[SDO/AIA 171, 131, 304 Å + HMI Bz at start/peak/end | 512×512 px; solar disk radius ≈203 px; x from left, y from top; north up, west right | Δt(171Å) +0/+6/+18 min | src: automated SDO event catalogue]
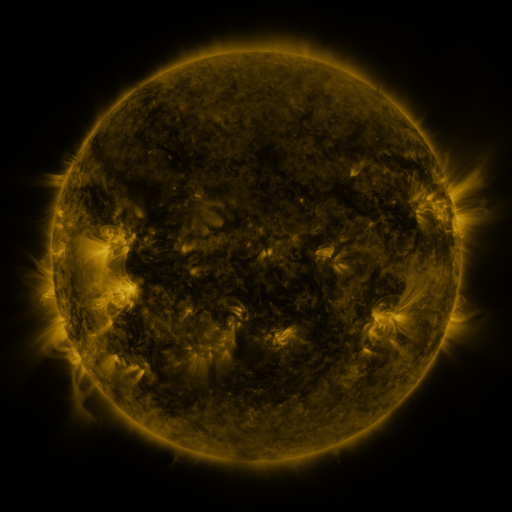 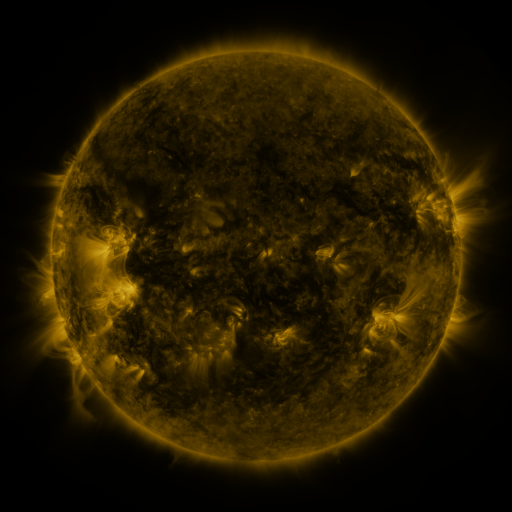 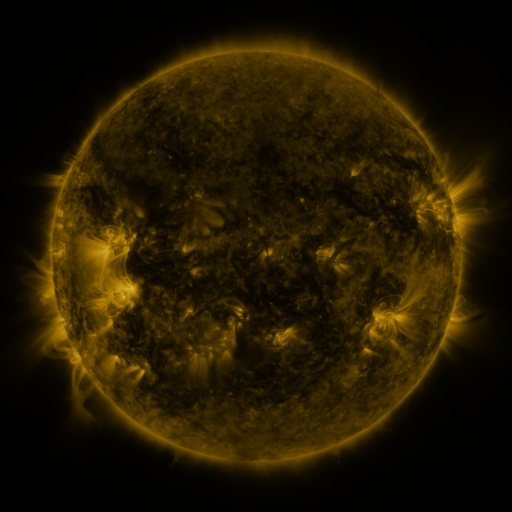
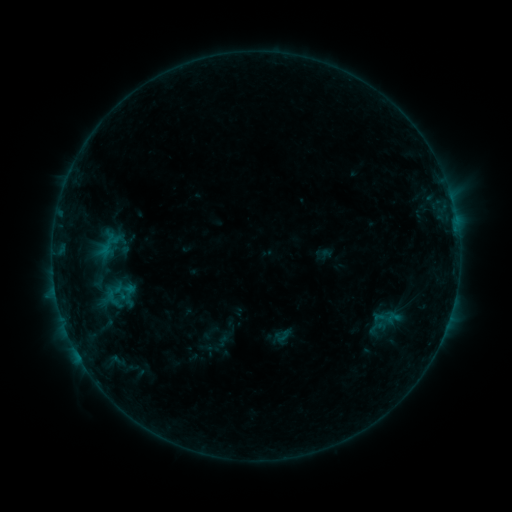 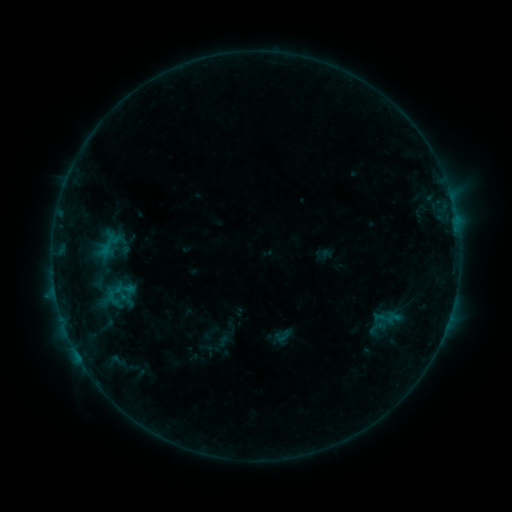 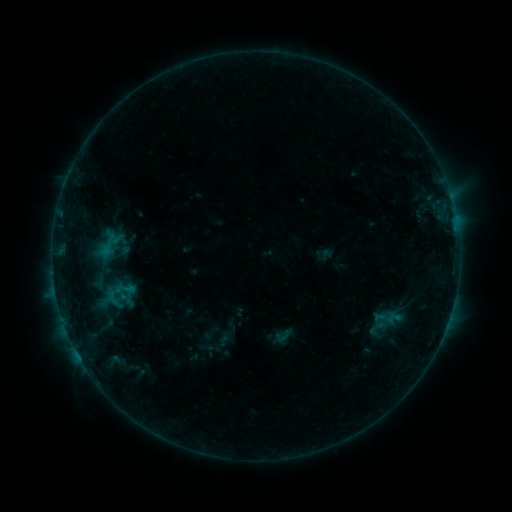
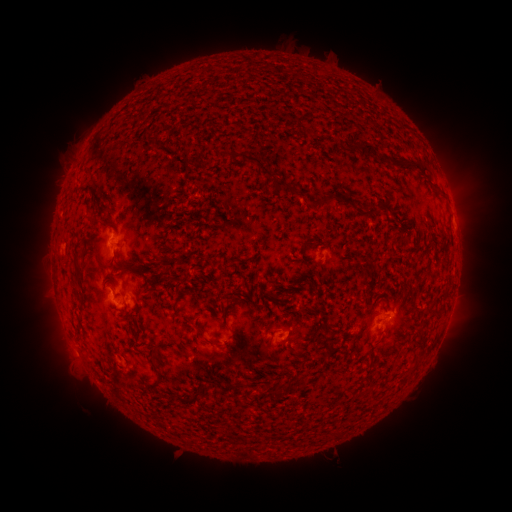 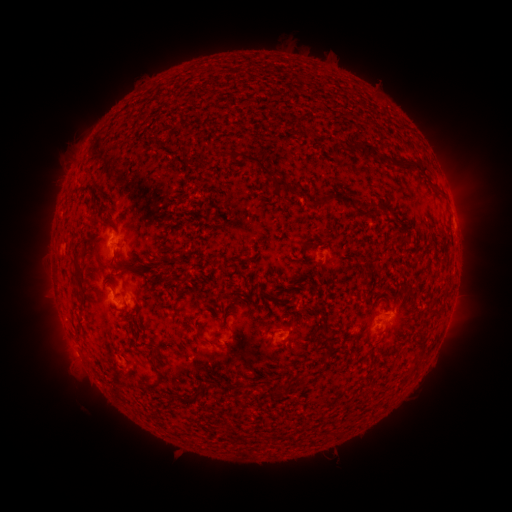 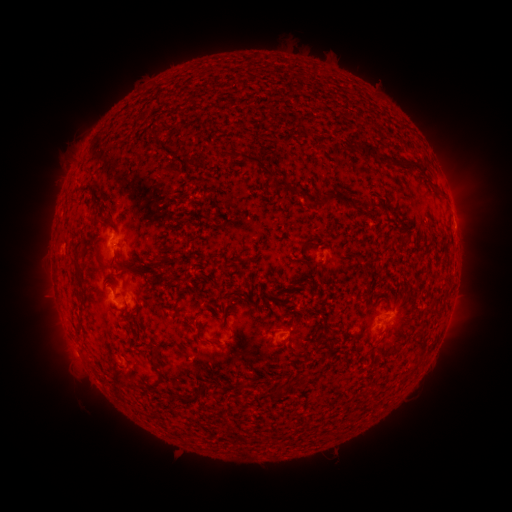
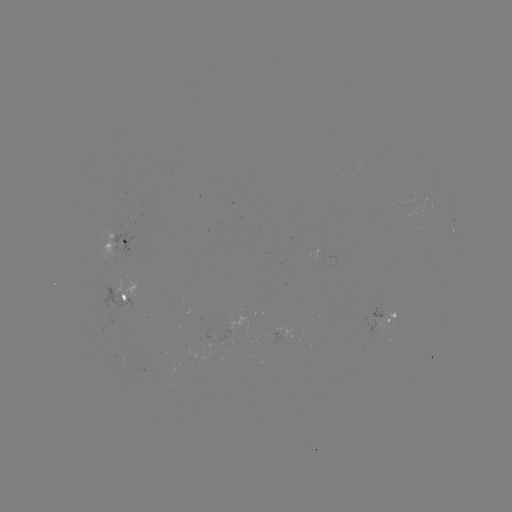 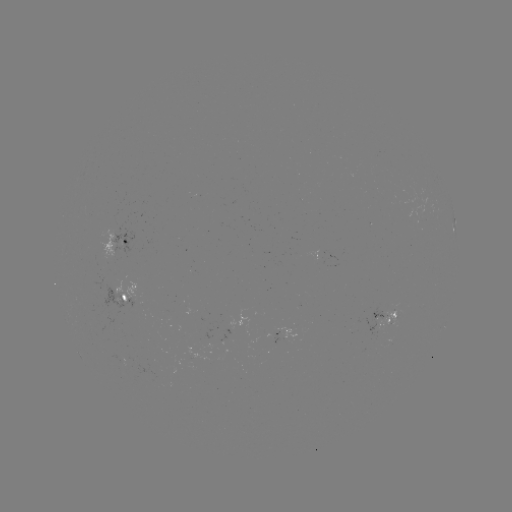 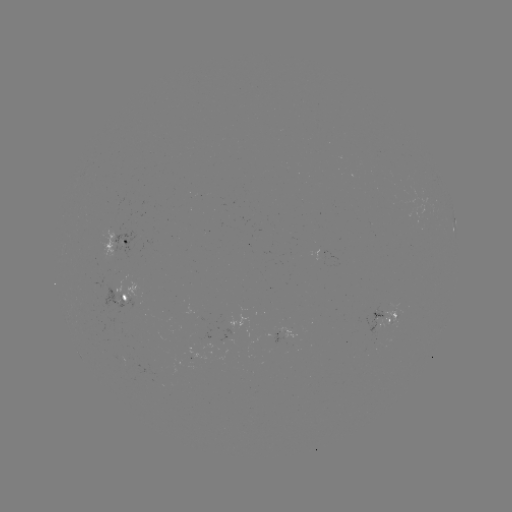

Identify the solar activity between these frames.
nothing was catalogued: no classed flare, no EUV trigger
